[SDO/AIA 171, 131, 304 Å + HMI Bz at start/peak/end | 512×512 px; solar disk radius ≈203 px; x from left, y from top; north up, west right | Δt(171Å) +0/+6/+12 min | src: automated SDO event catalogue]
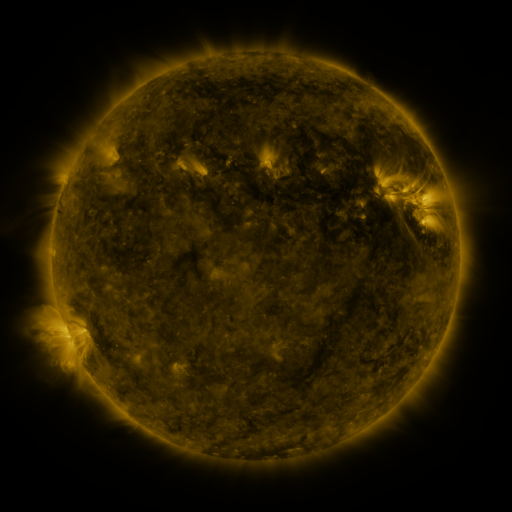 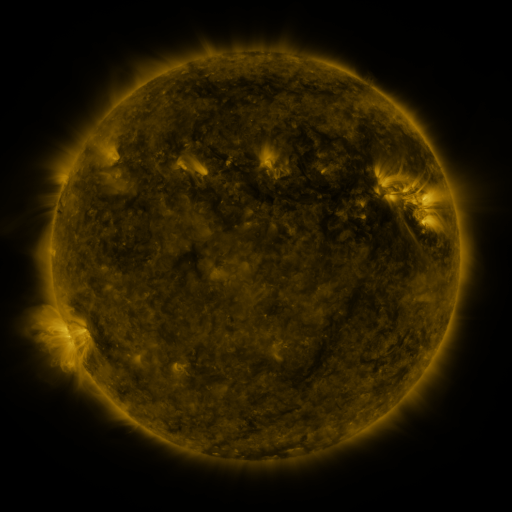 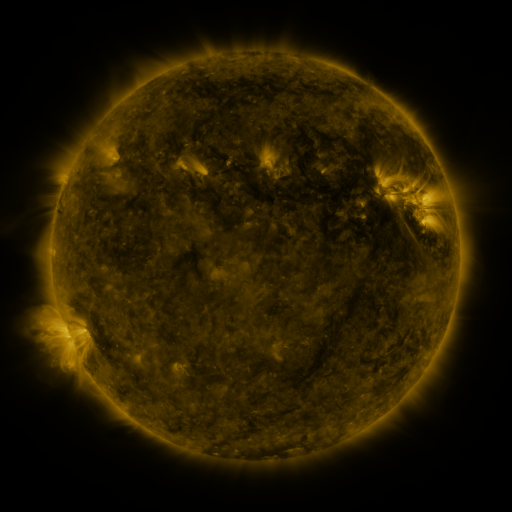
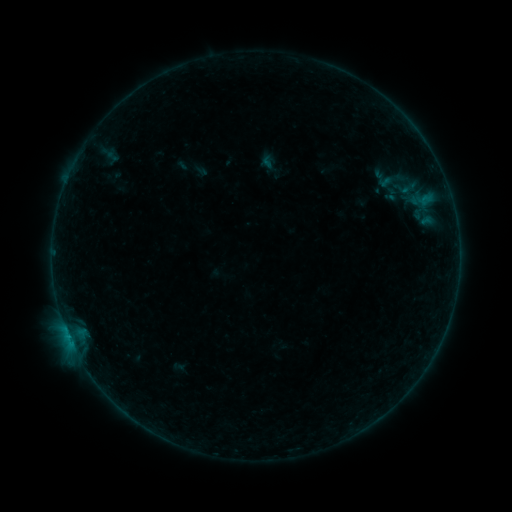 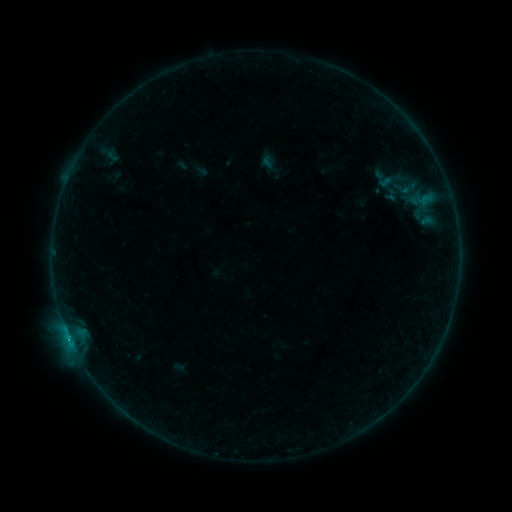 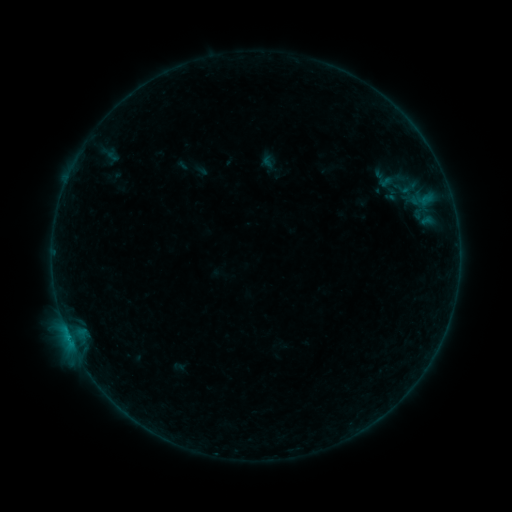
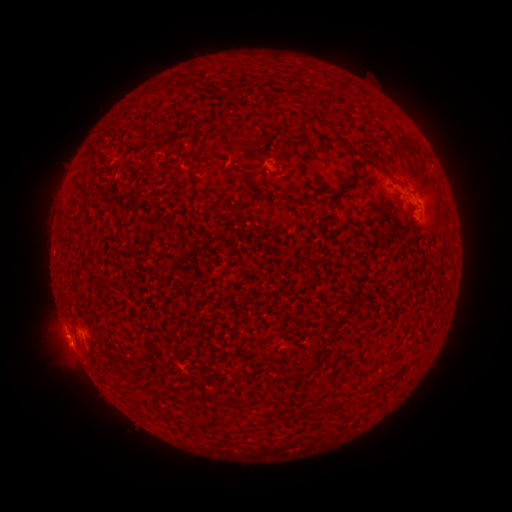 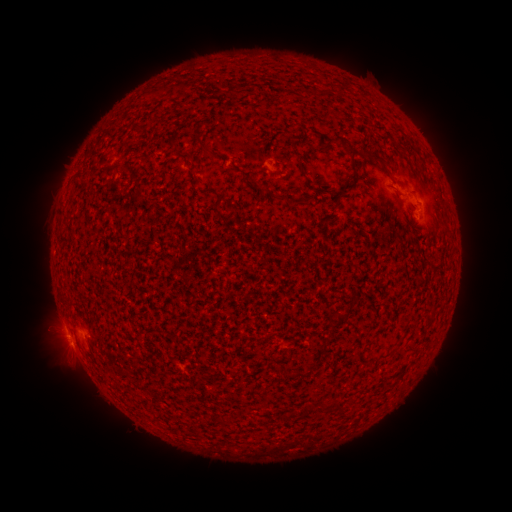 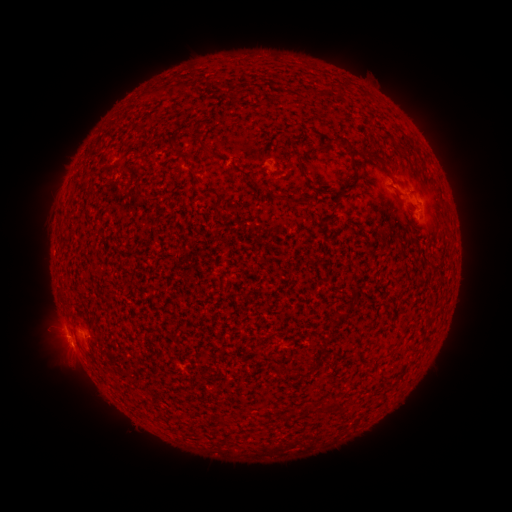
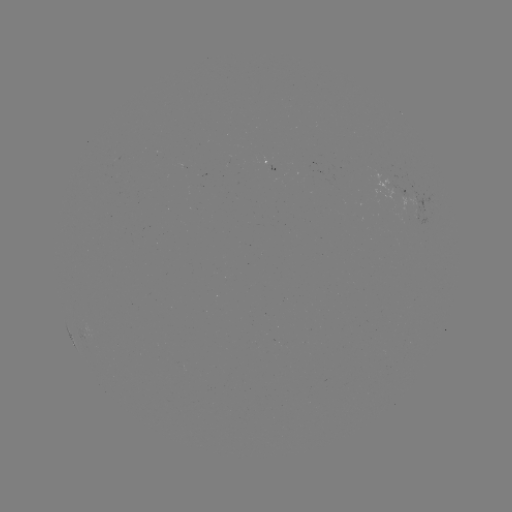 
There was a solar flare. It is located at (67, 332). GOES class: B4.5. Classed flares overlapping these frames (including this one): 1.